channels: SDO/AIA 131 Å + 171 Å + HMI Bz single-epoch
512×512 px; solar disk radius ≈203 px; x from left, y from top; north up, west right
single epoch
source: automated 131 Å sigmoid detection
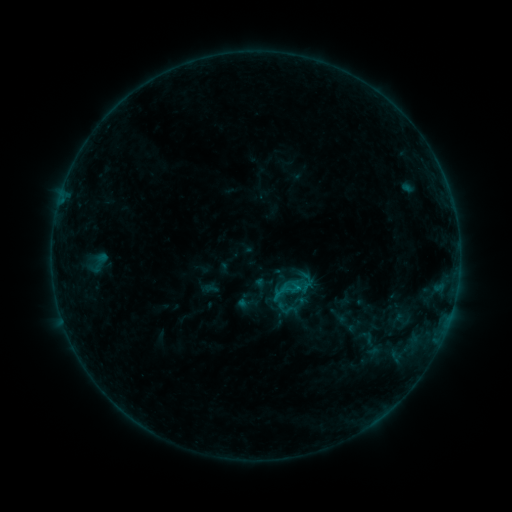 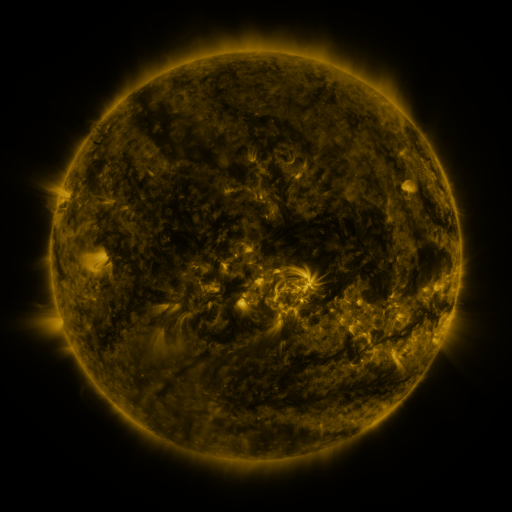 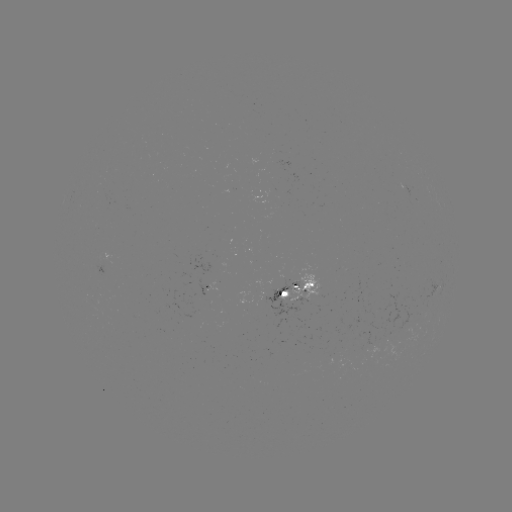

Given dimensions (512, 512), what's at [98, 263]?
sigmoid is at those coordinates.